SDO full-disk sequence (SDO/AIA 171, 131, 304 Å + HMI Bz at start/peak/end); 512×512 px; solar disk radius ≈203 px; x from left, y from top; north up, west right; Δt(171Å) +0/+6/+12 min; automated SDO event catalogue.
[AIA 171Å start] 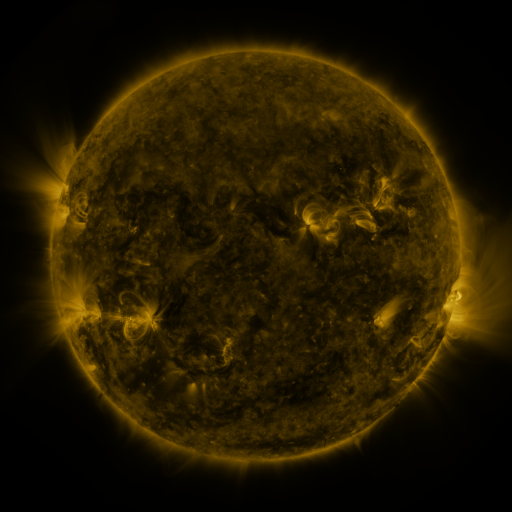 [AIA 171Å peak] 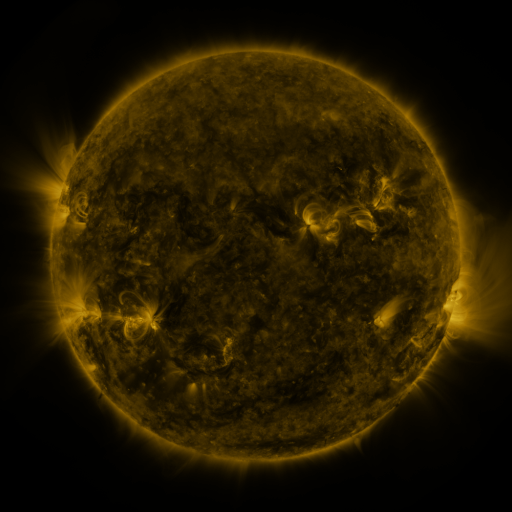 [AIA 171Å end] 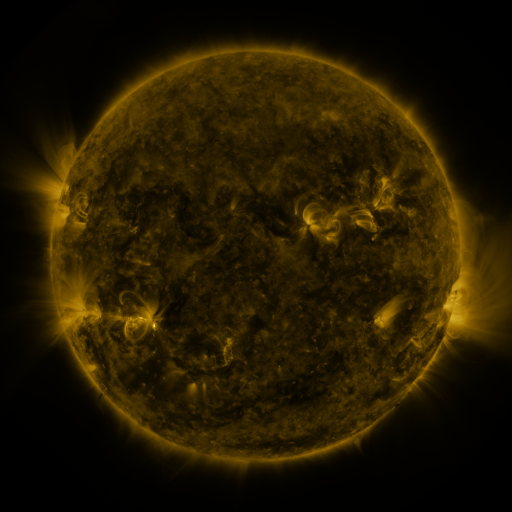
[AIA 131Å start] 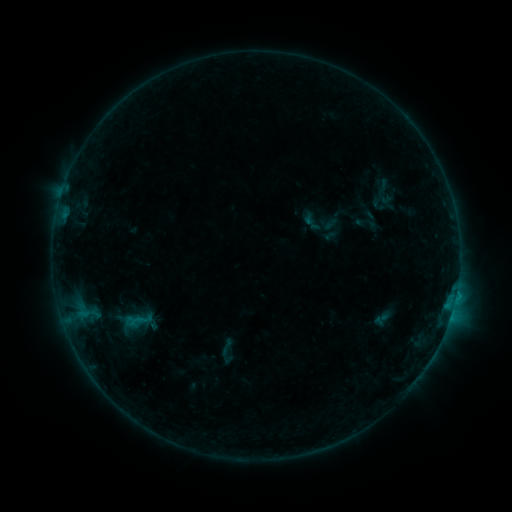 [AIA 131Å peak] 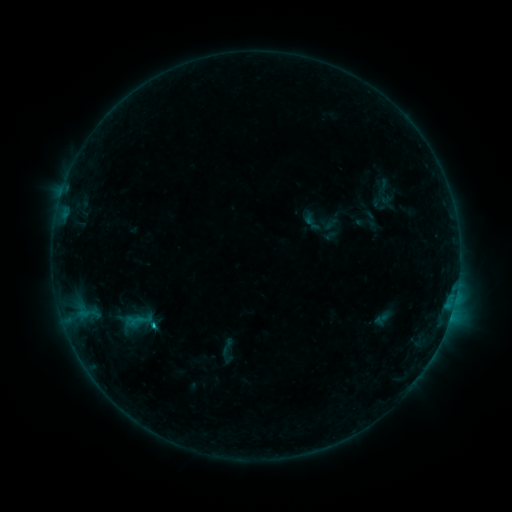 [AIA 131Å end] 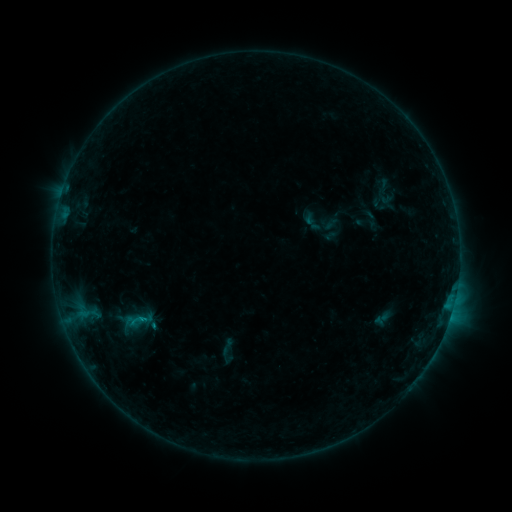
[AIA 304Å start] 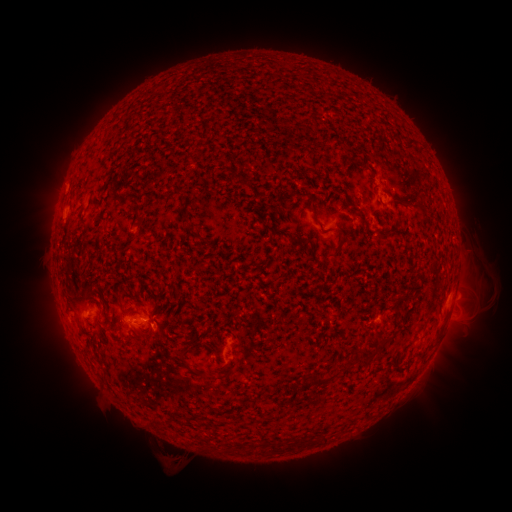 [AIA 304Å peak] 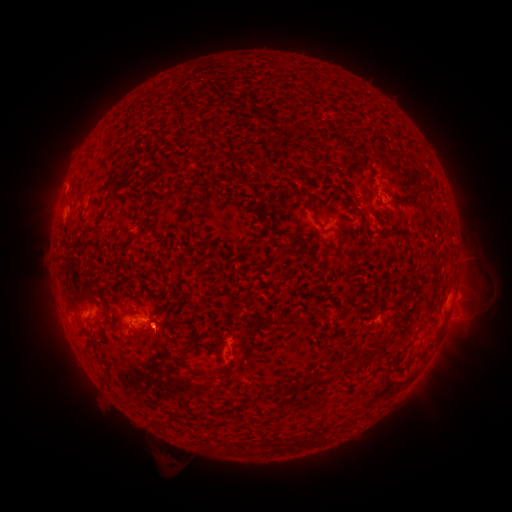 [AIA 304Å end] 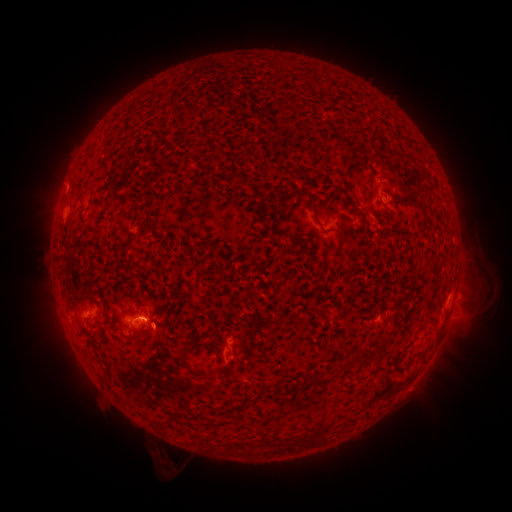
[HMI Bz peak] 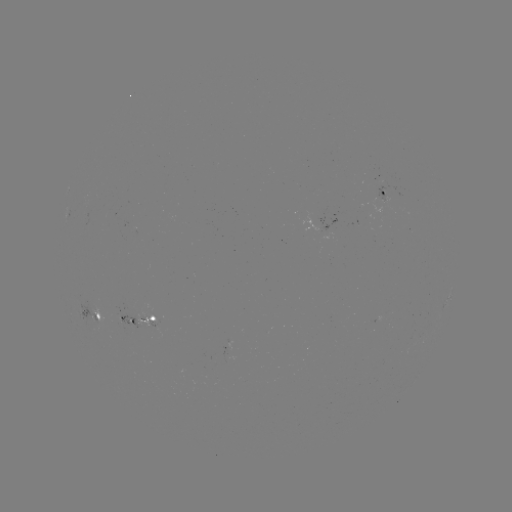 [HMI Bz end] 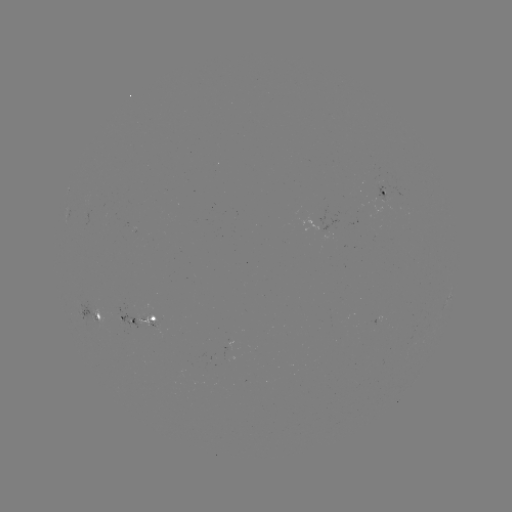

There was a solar flare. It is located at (157, 326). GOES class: B8.6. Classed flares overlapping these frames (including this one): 1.